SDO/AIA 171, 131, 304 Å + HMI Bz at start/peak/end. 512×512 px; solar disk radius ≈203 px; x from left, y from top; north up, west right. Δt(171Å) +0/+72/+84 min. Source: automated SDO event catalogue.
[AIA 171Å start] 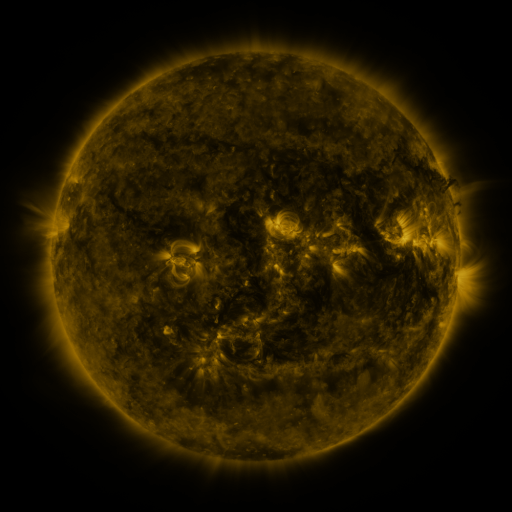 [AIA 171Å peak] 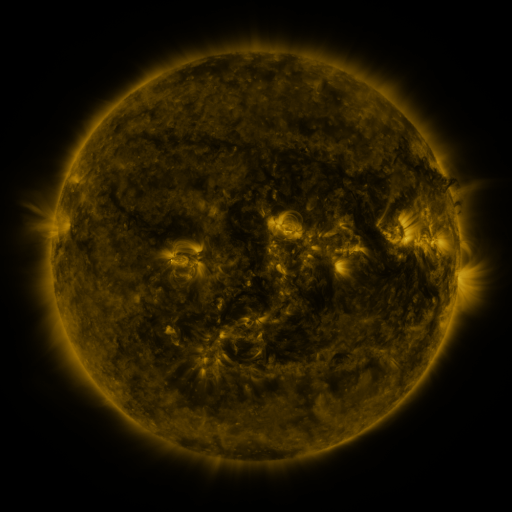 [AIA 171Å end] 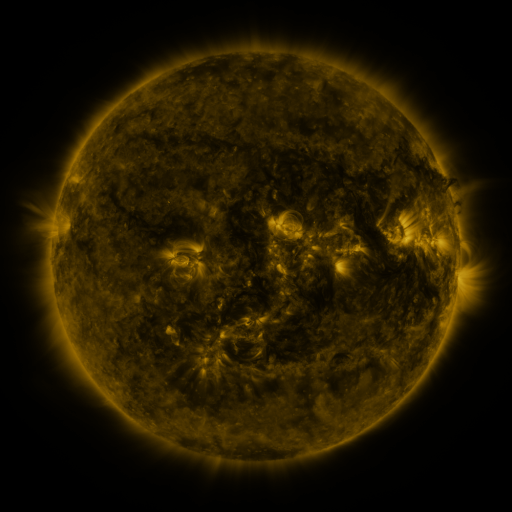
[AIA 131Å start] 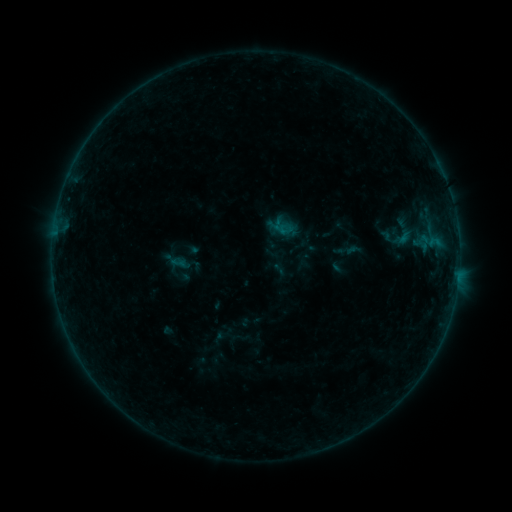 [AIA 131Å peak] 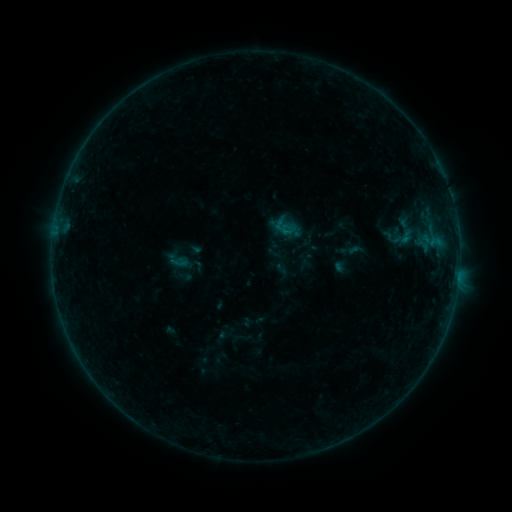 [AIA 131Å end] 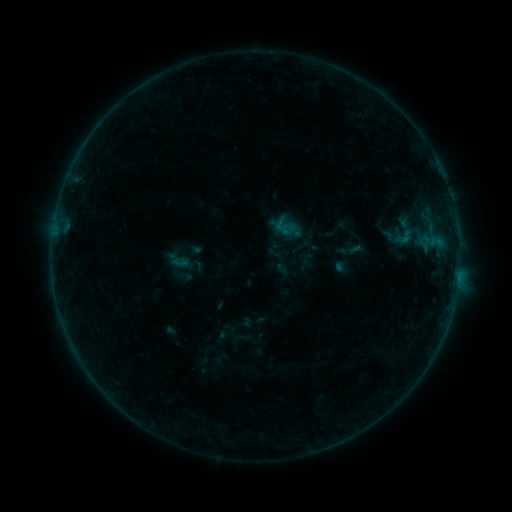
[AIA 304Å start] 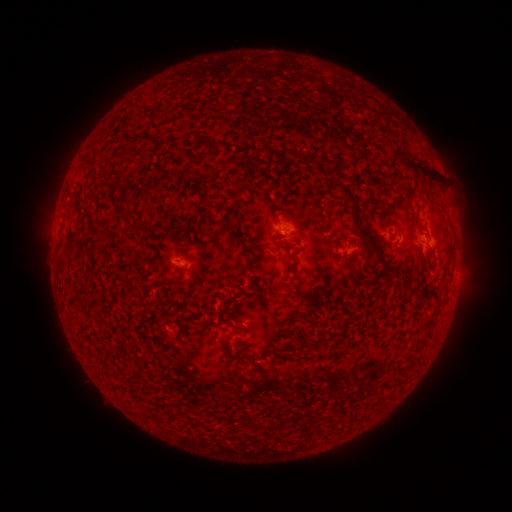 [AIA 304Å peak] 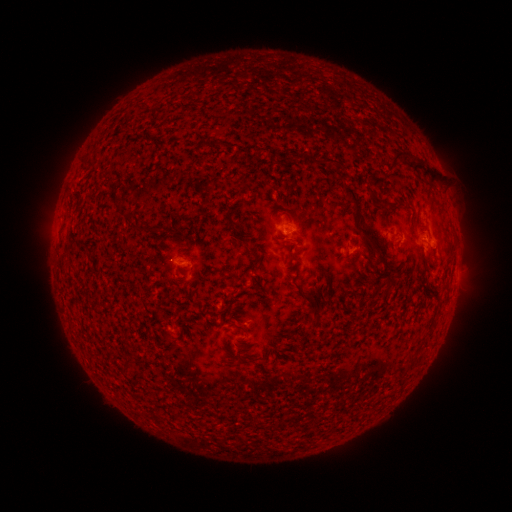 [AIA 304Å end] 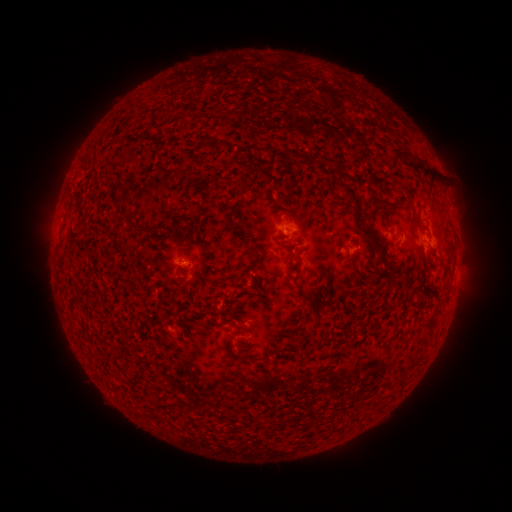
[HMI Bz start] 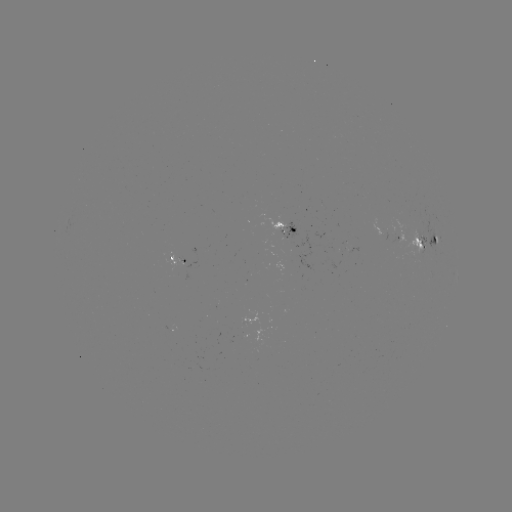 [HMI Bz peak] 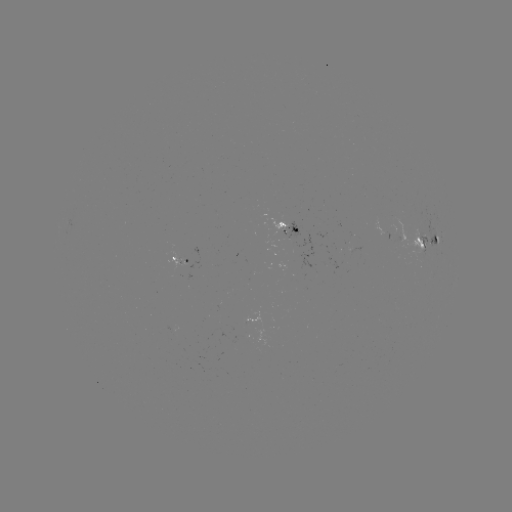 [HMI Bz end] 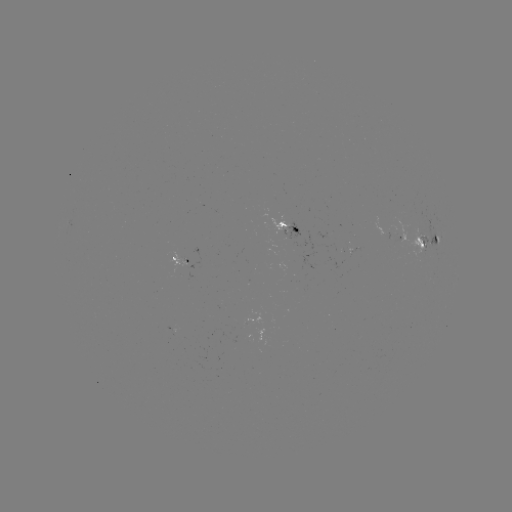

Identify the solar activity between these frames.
emerging-flux region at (418, 237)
